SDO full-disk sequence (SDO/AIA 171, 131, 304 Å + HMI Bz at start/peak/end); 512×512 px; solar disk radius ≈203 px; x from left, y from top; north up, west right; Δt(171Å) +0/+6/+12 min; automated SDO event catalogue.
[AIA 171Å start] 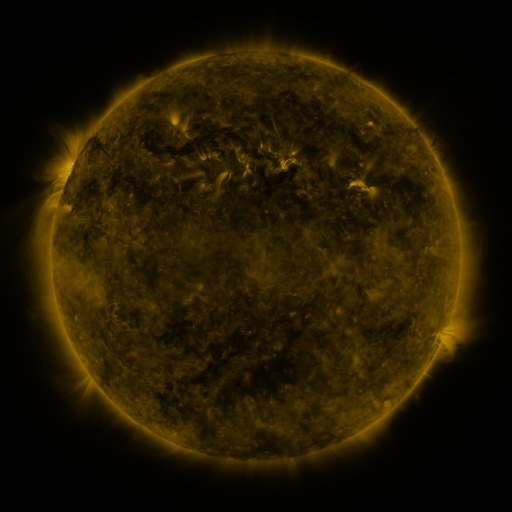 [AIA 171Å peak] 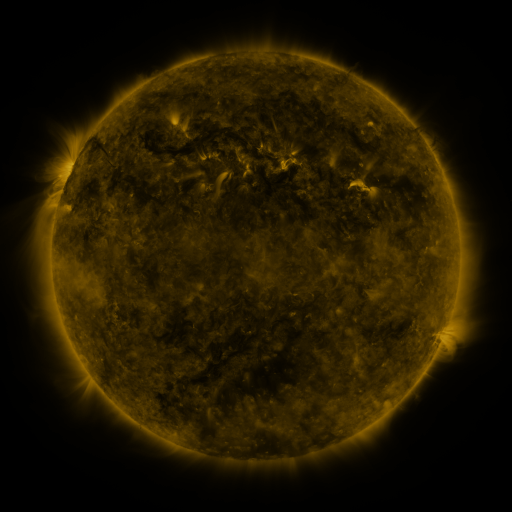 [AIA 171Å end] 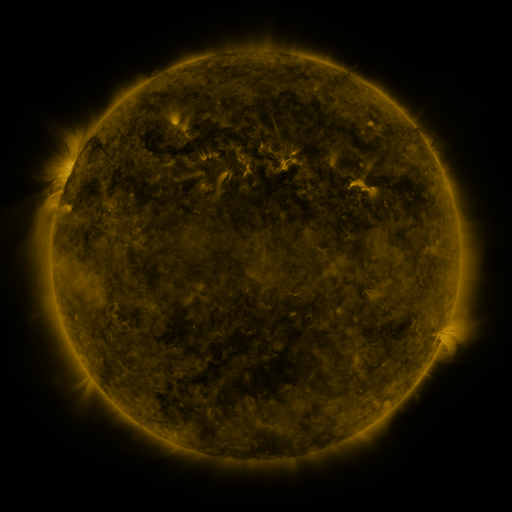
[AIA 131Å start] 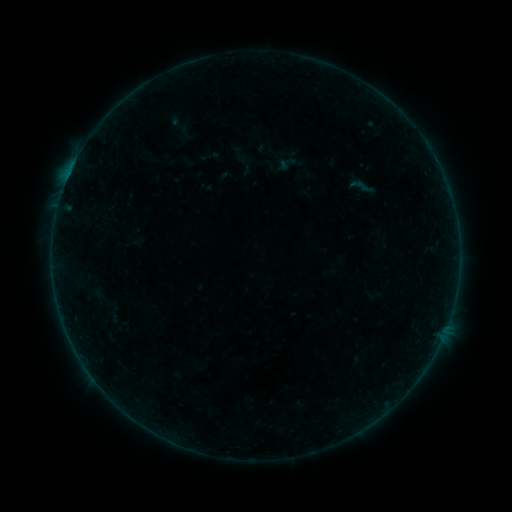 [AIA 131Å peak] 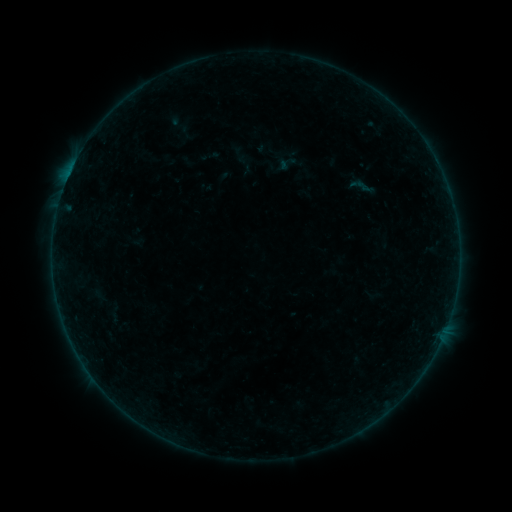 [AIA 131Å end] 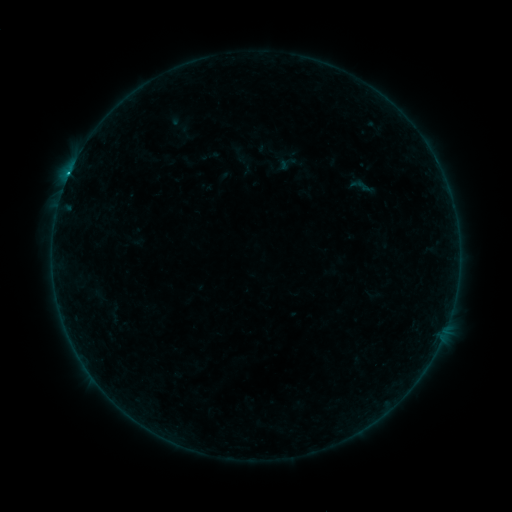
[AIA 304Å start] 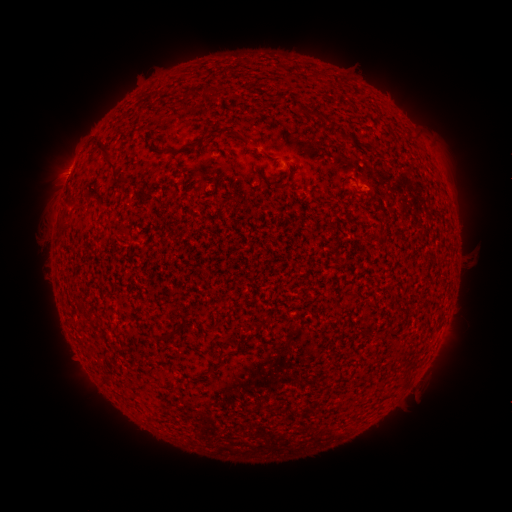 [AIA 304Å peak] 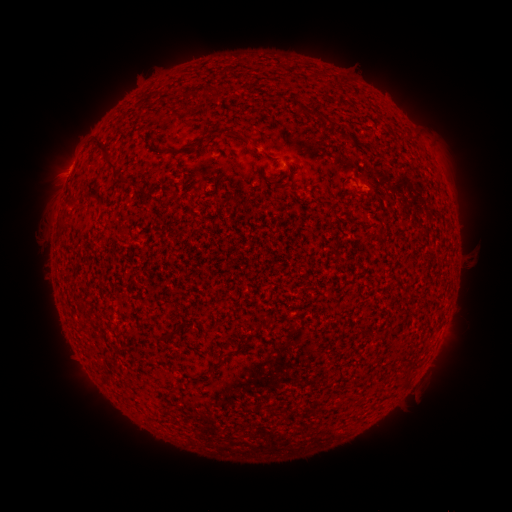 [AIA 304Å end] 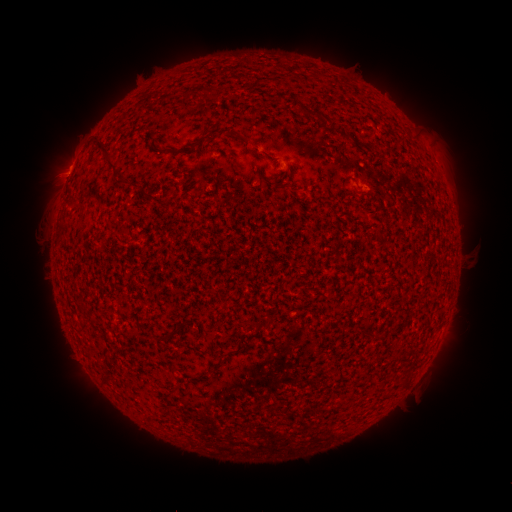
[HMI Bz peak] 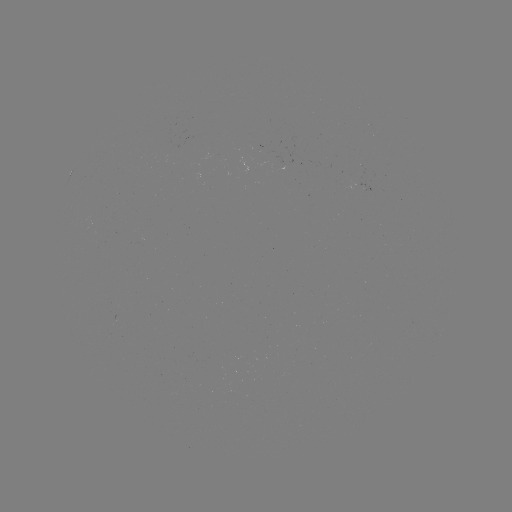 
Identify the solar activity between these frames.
B4.1 flare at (69, 176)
